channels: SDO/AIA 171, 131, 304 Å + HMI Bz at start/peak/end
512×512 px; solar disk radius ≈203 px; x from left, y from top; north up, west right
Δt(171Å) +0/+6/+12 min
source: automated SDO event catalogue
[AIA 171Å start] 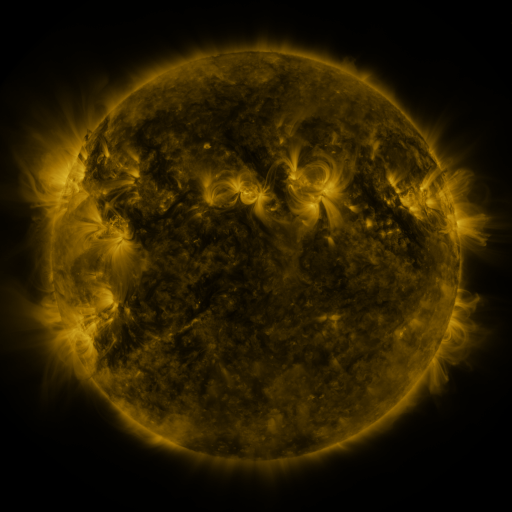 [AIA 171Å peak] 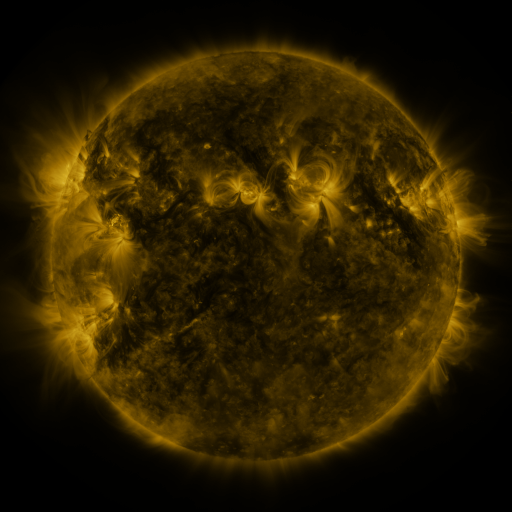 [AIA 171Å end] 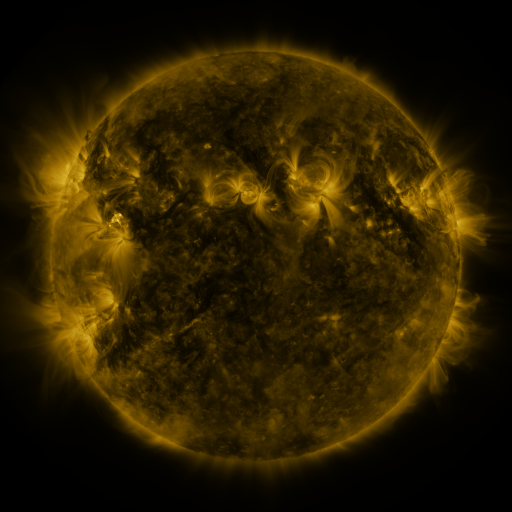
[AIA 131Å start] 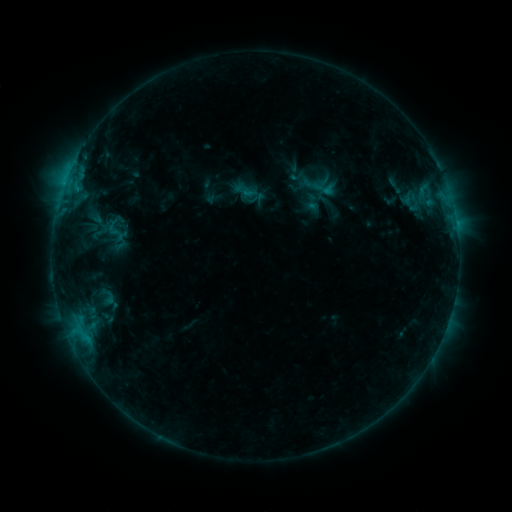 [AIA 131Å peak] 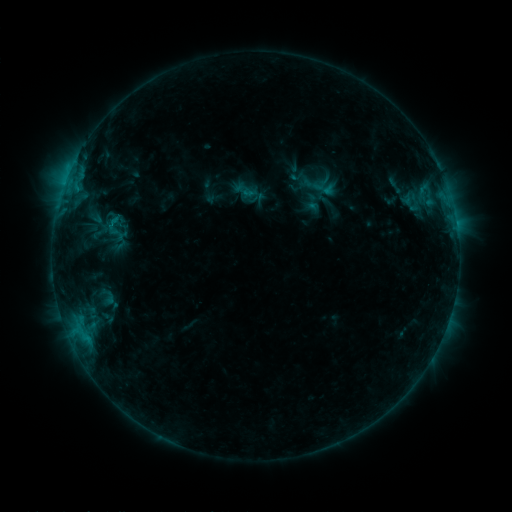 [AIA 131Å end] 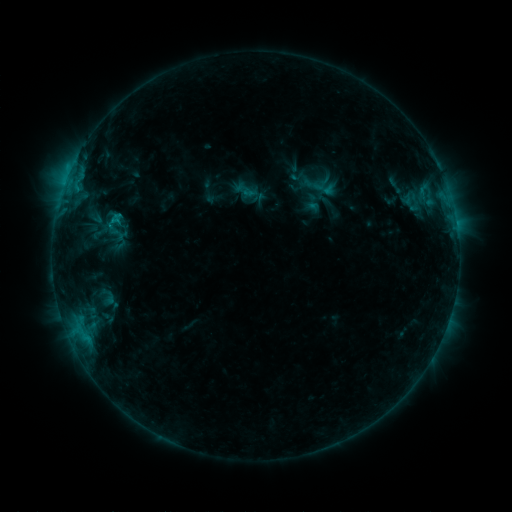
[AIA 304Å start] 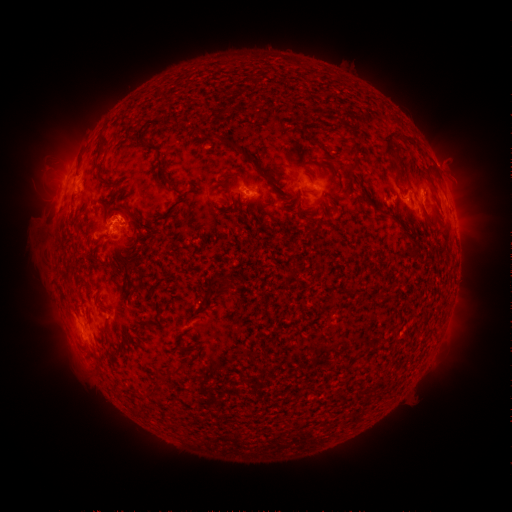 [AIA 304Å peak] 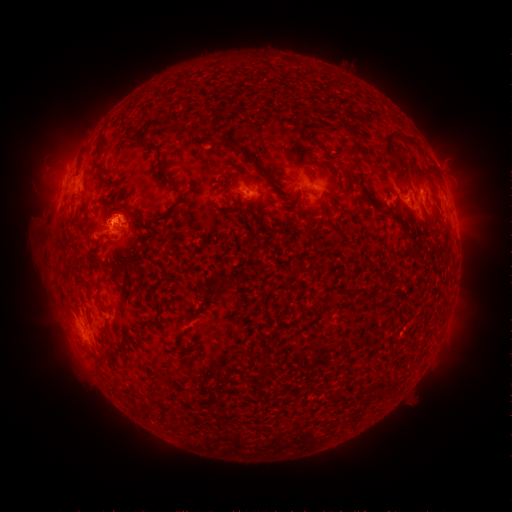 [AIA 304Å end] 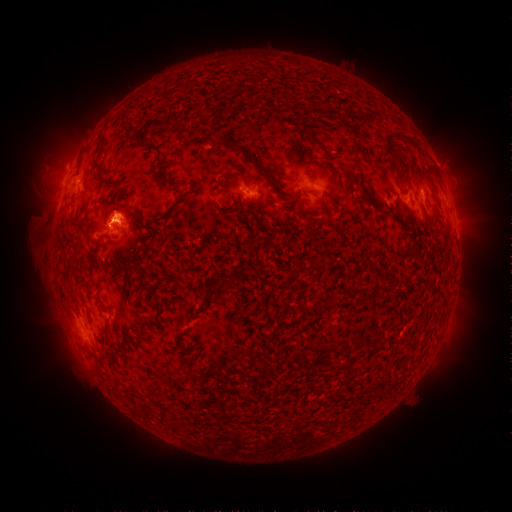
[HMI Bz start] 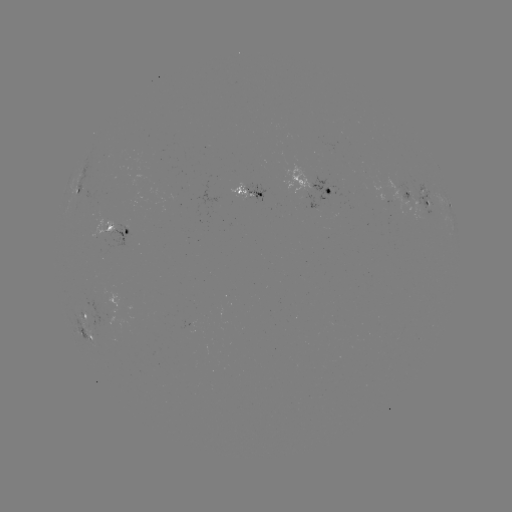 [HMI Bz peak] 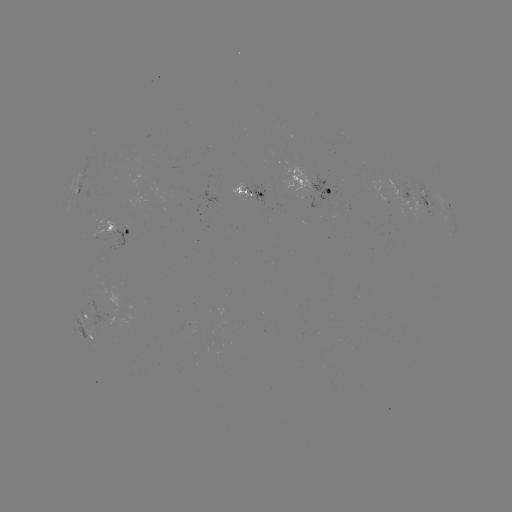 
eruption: <bbox>93, 182, 150, 263</bbox>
